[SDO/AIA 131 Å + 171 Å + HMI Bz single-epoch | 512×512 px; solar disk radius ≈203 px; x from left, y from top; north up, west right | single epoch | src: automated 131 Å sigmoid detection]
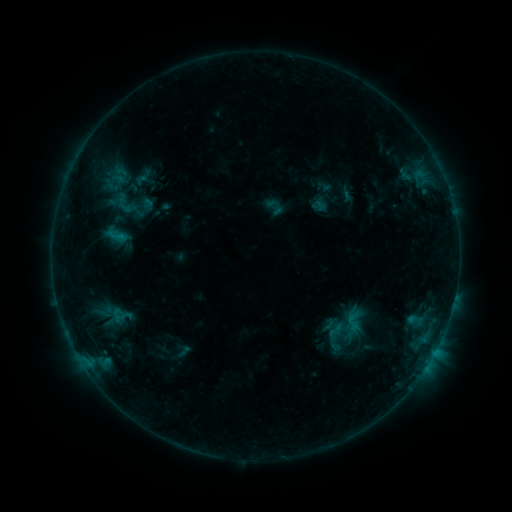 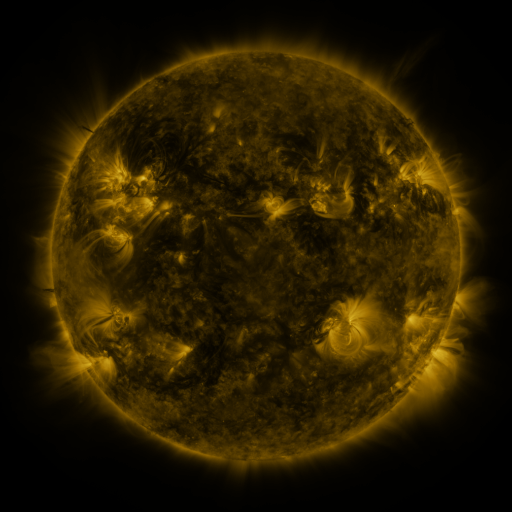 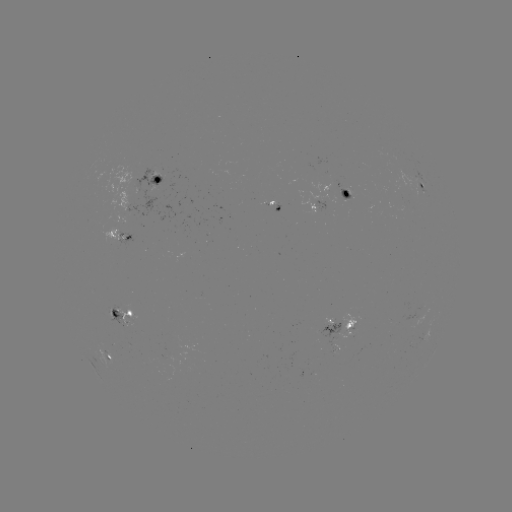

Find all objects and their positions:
sigmoid: [116, 180, 135, 201]
